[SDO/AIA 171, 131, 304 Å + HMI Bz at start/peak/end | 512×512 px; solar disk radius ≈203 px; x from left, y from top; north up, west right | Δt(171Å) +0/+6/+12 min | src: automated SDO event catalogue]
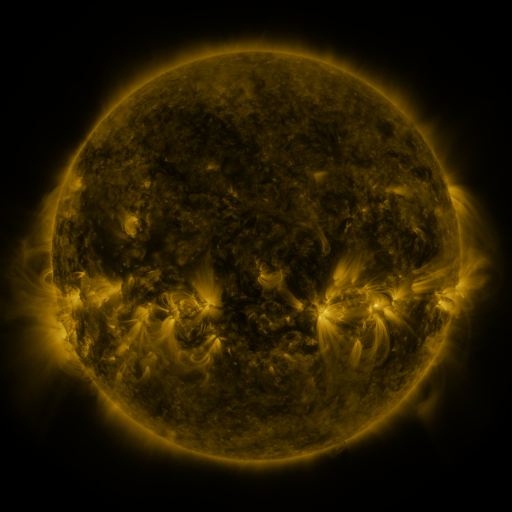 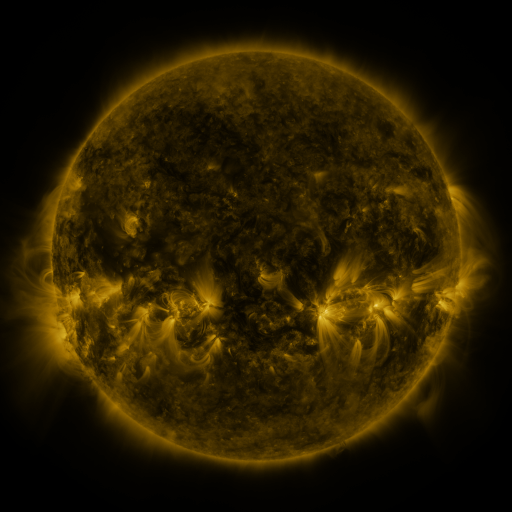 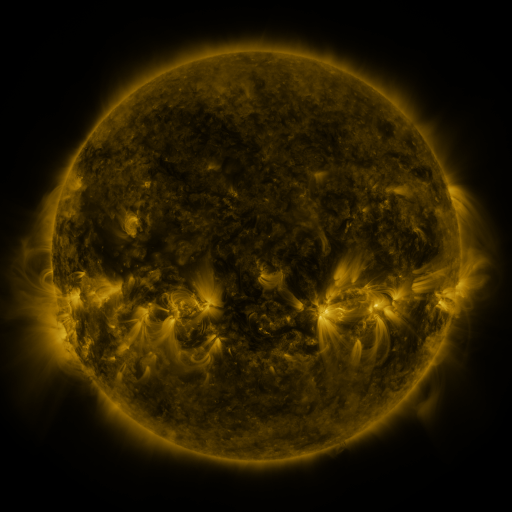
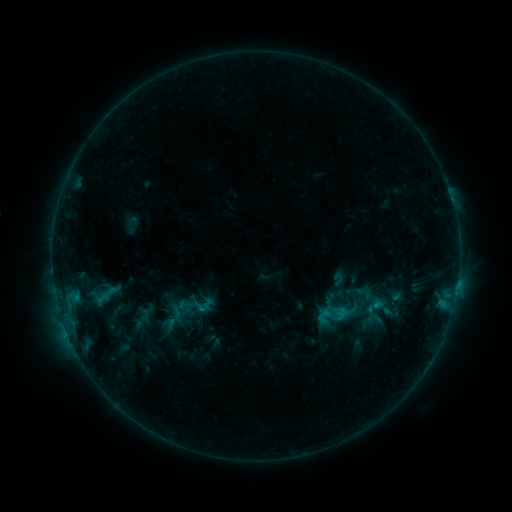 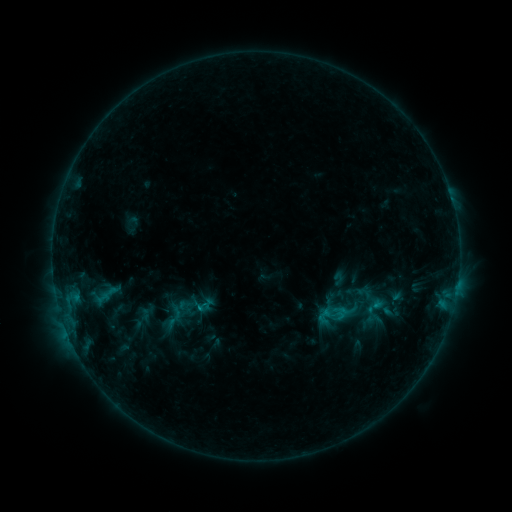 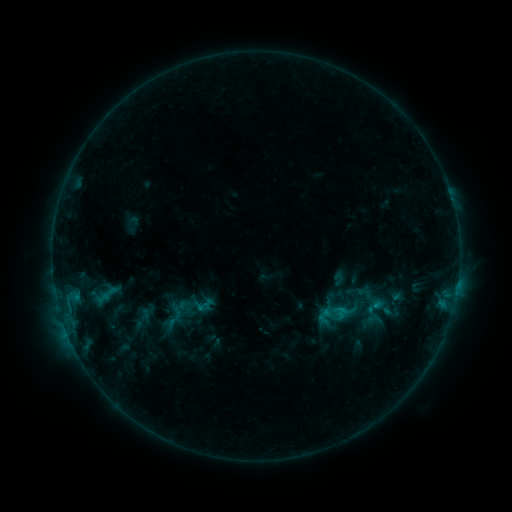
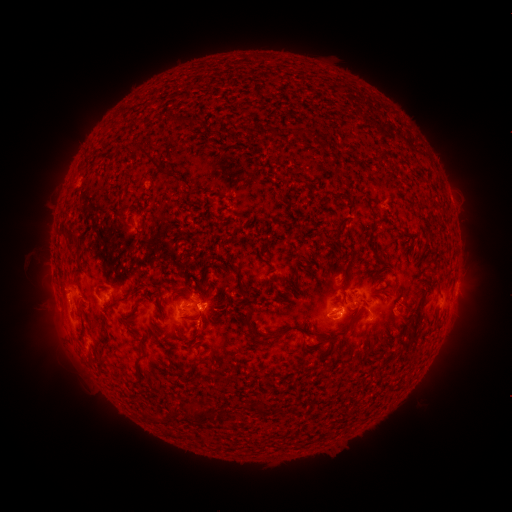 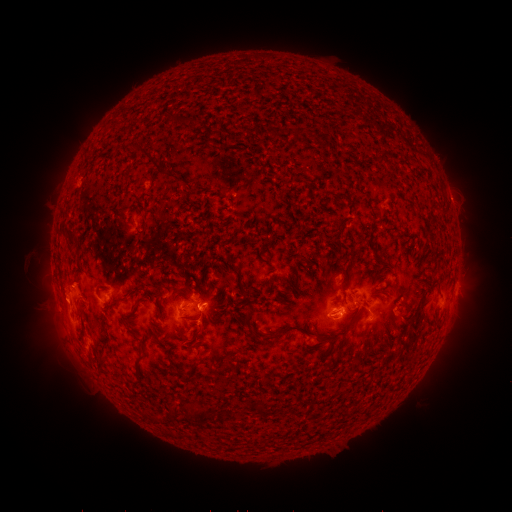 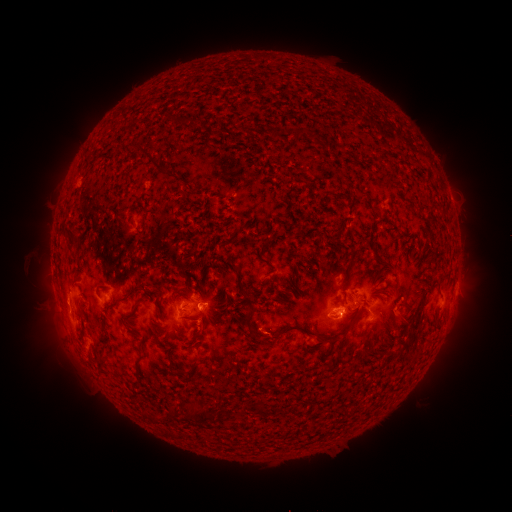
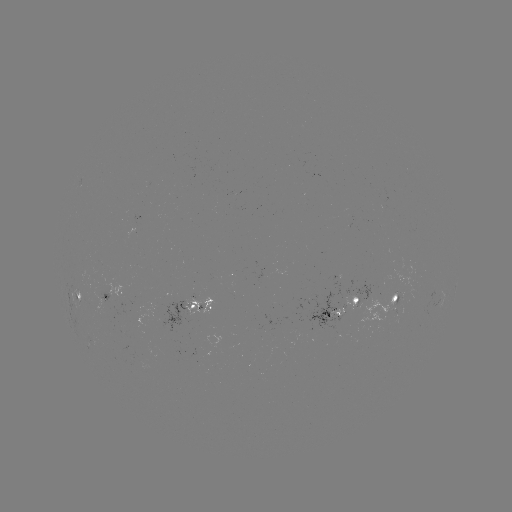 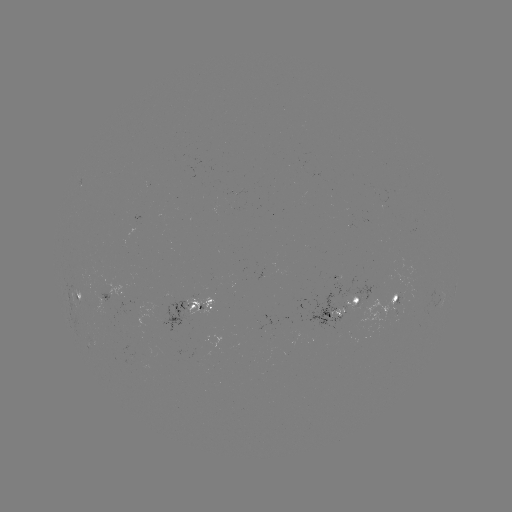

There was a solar eruption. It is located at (60, 304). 